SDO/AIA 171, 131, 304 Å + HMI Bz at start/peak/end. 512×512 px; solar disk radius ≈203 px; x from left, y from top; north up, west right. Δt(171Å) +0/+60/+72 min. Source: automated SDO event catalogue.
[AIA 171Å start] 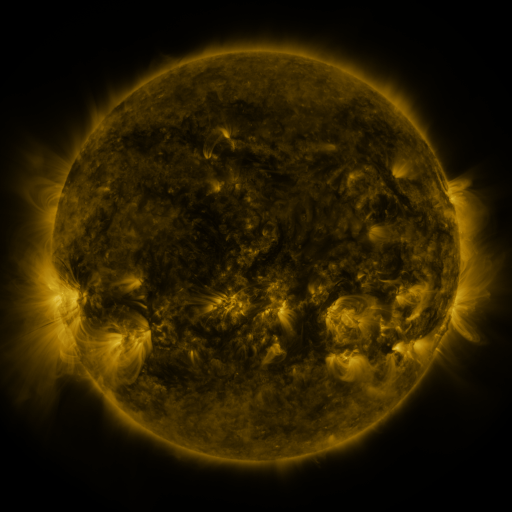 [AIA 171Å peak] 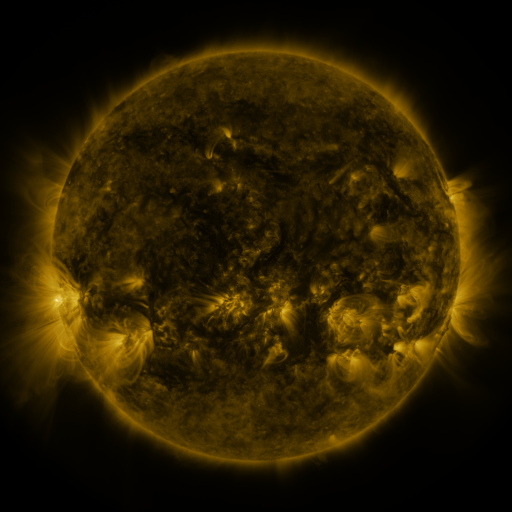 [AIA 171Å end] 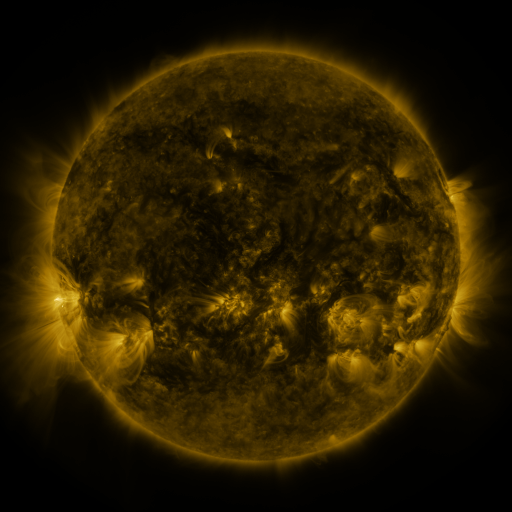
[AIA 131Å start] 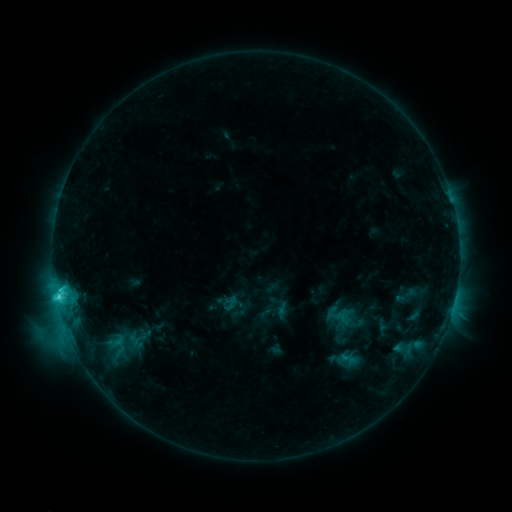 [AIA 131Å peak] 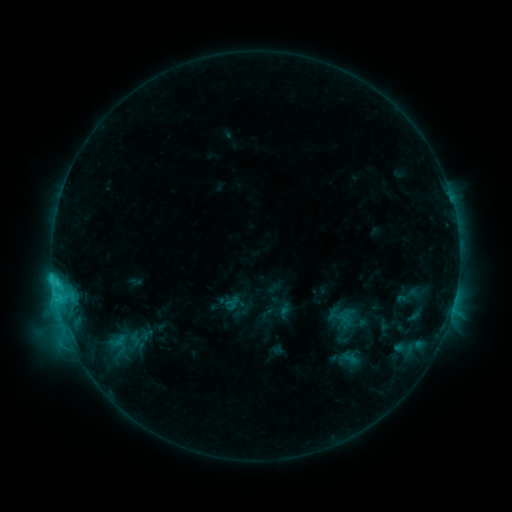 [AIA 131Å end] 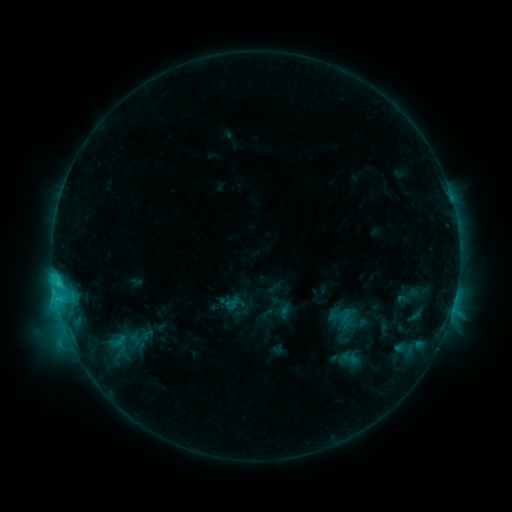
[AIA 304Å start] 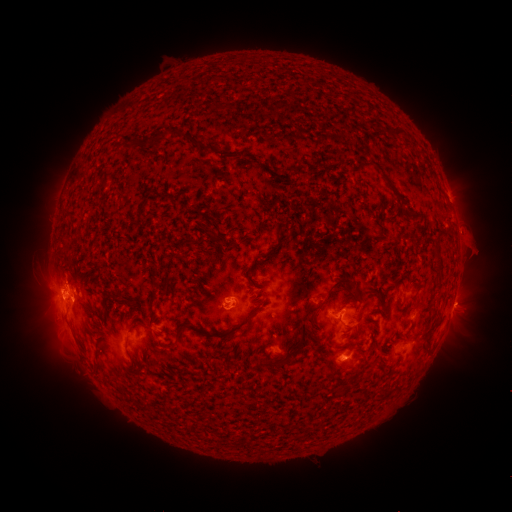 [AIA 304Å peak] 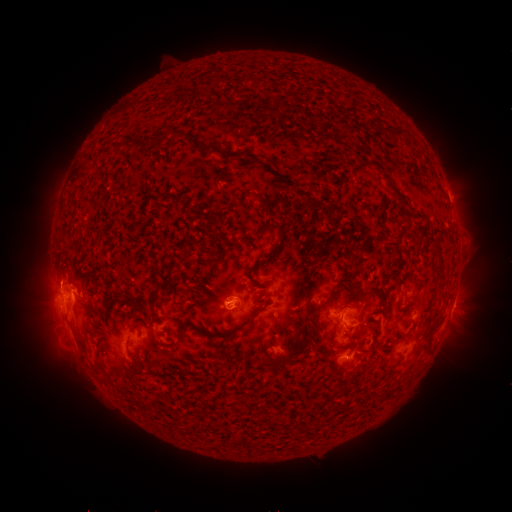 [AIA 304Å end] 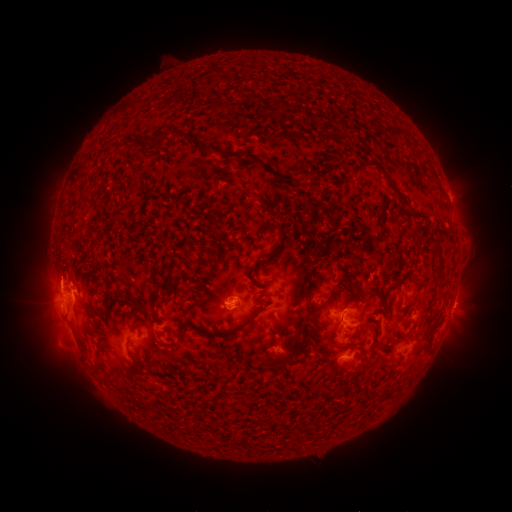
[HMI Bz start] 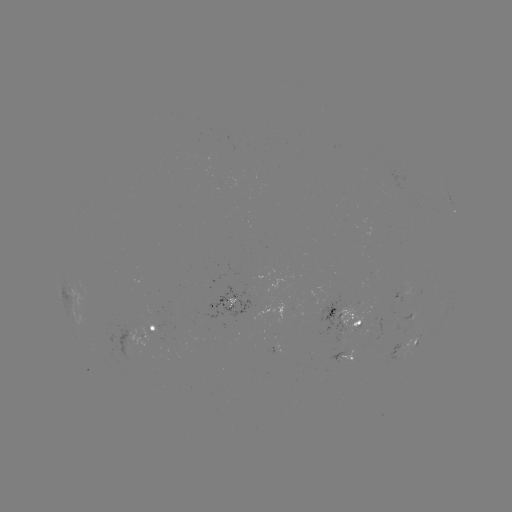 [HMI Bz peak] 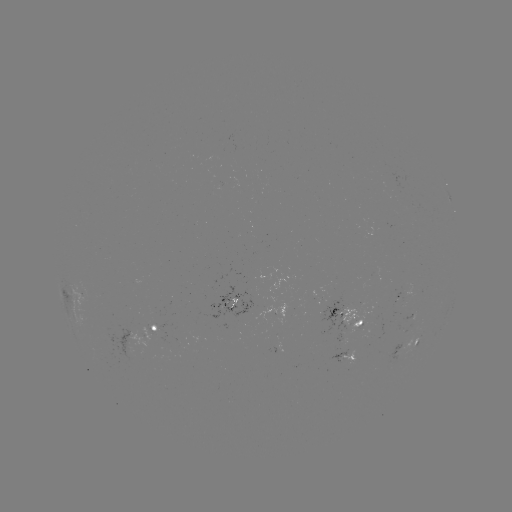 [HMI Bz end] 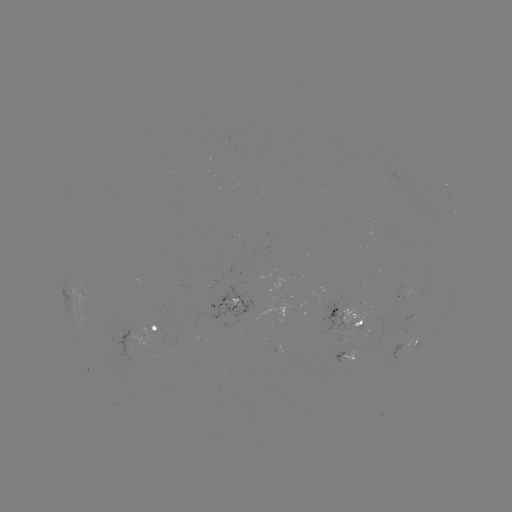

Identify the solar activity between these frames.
emerging-flux region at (225, 180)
